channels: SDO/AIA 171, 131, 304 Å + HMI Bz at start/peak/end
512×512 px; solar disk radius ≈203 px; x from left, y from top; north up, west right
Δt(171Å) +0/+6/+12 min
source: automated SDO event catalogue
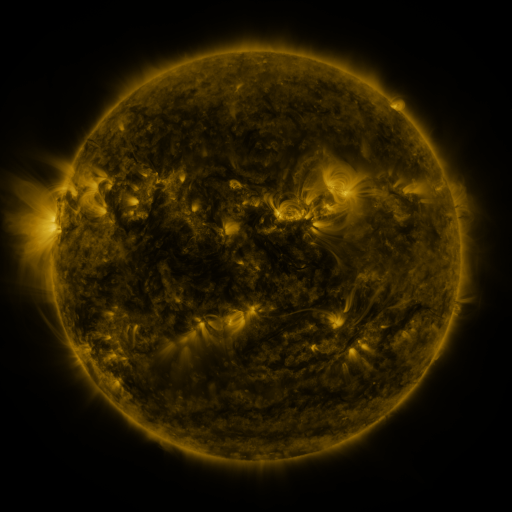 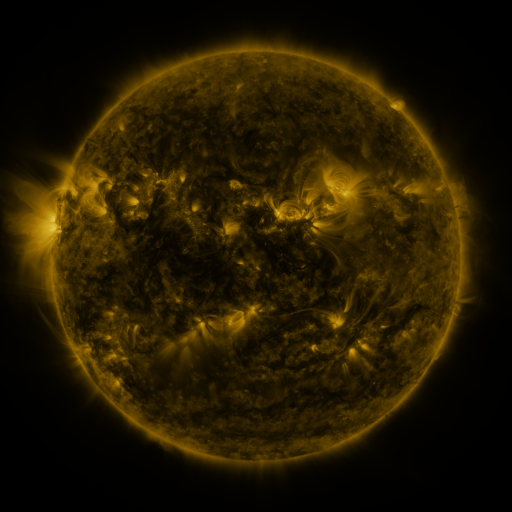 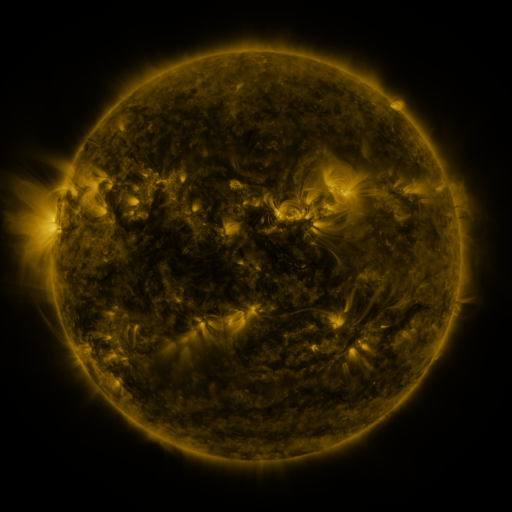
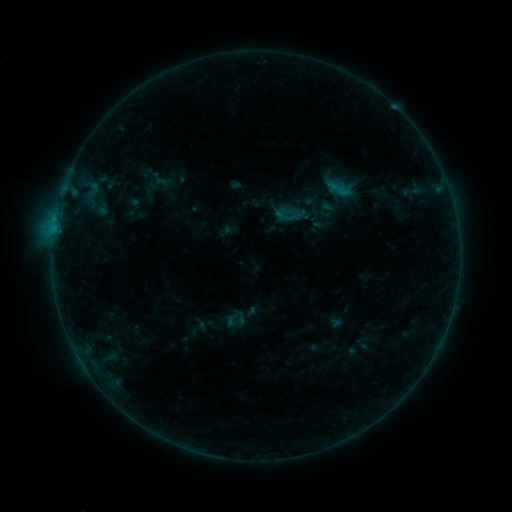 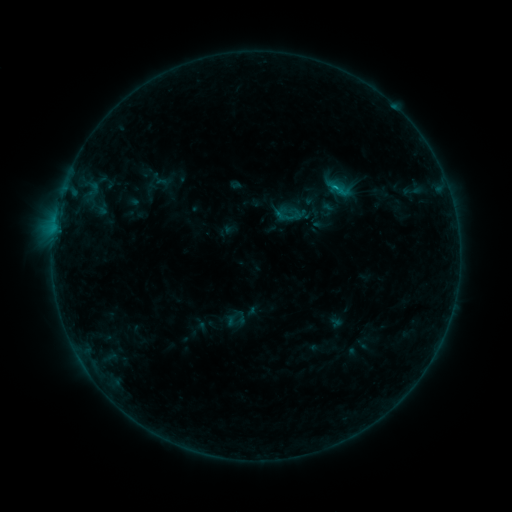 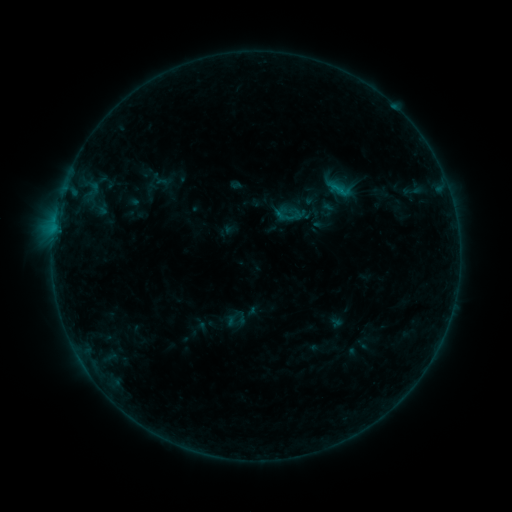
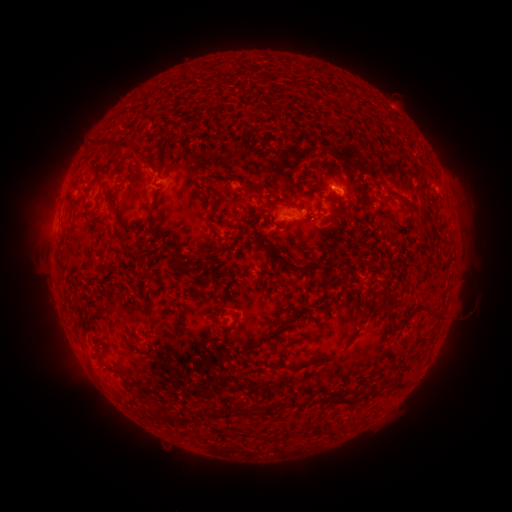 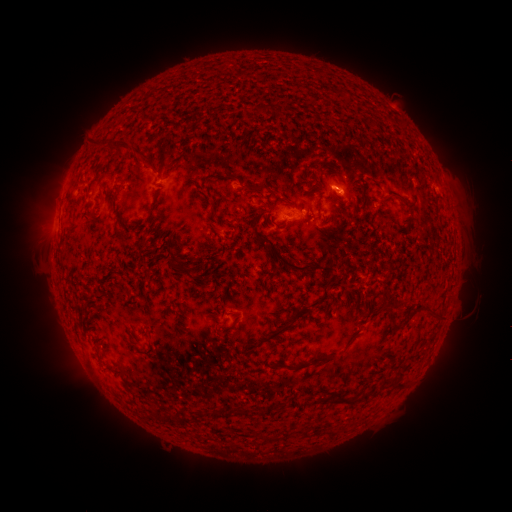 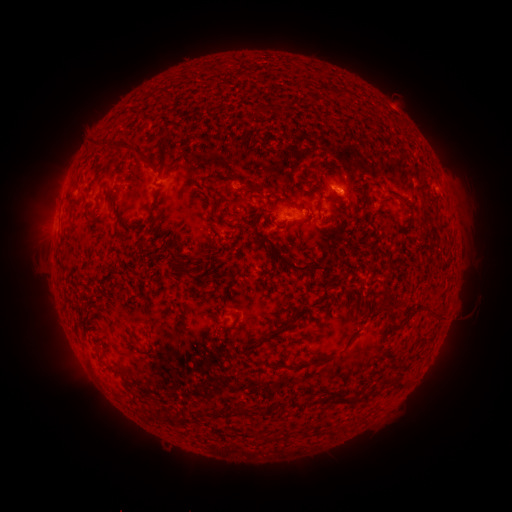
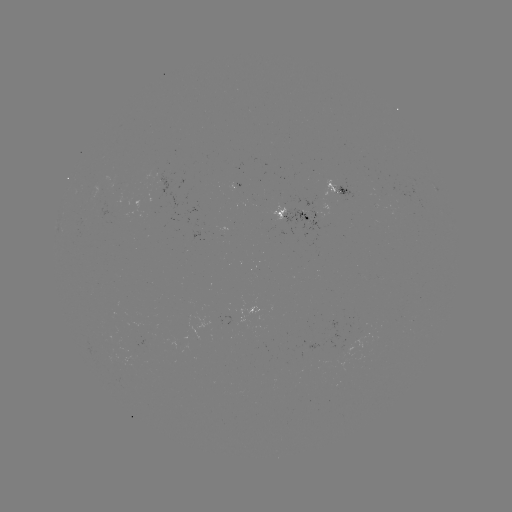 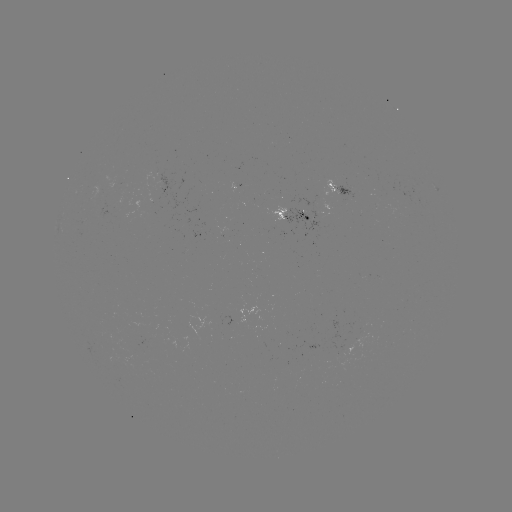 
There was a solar flare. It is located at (334, 191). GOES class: B3.3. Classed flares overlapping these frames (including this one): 1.